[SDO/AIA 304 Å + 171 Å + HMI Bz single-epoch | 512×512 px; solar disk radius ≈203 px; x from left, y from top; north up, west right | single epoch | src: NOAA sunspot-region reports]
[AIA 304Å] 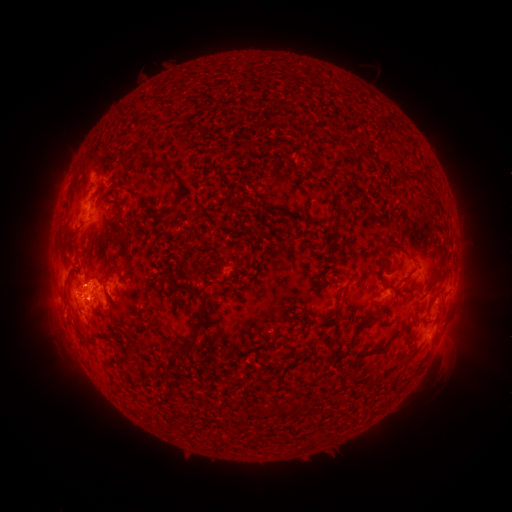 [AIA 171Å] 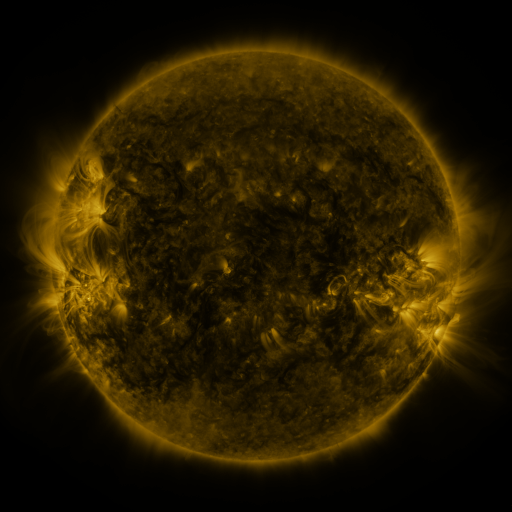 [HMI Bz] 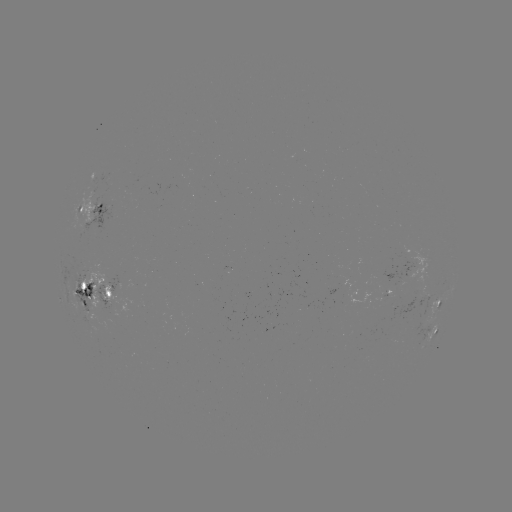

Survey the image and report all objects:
spotted active region: (93, 212)
spotted active region: (391, 286)
spotted active region: (94, 293)
spotted active region: (440, 301)
spotted active region: (436, 330)
